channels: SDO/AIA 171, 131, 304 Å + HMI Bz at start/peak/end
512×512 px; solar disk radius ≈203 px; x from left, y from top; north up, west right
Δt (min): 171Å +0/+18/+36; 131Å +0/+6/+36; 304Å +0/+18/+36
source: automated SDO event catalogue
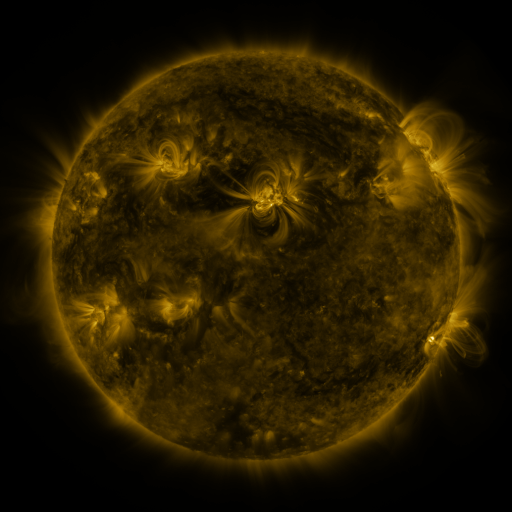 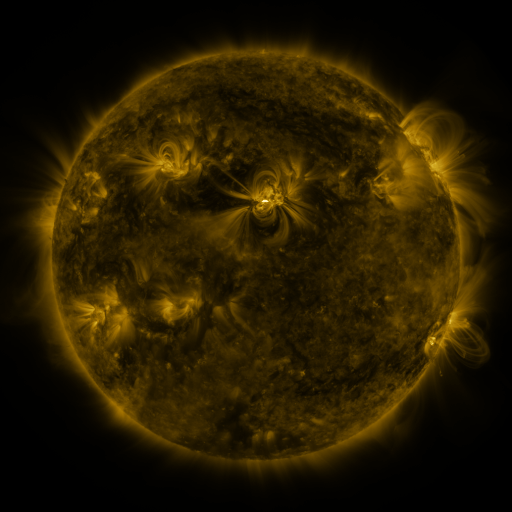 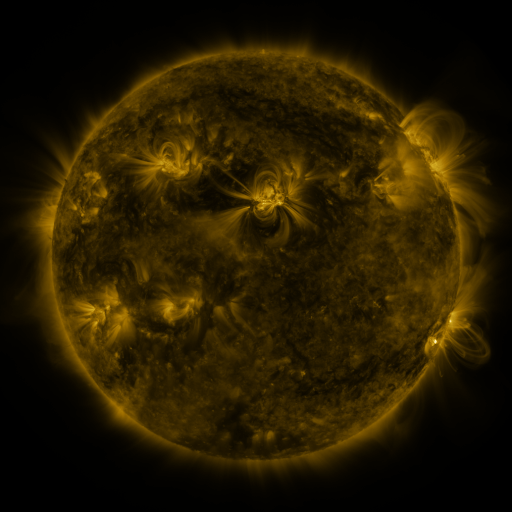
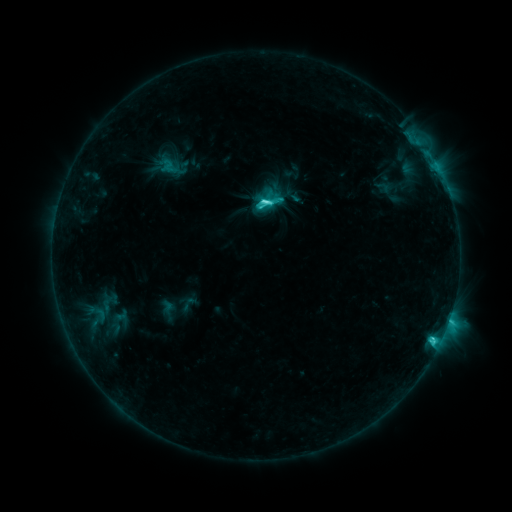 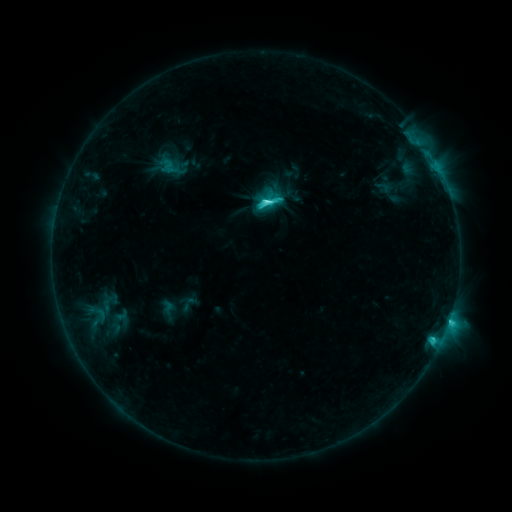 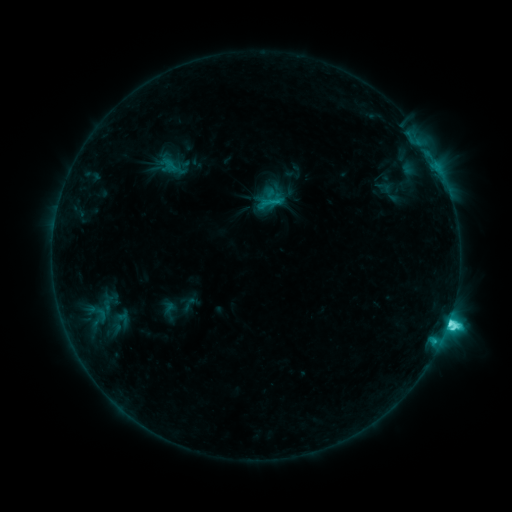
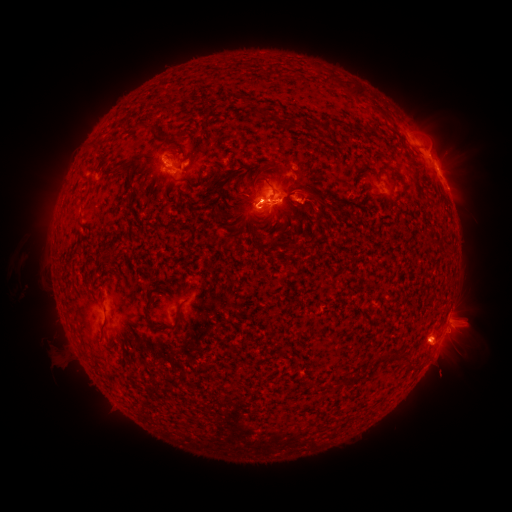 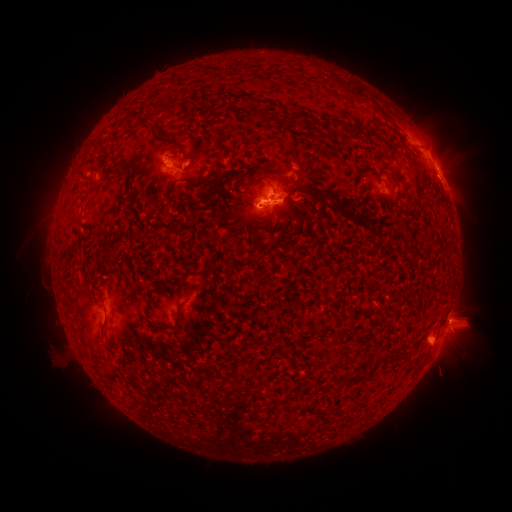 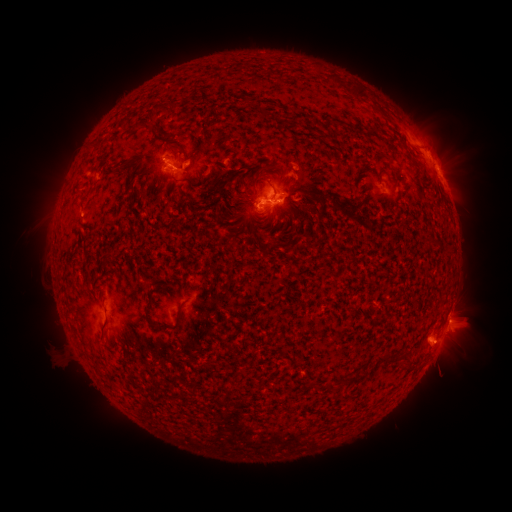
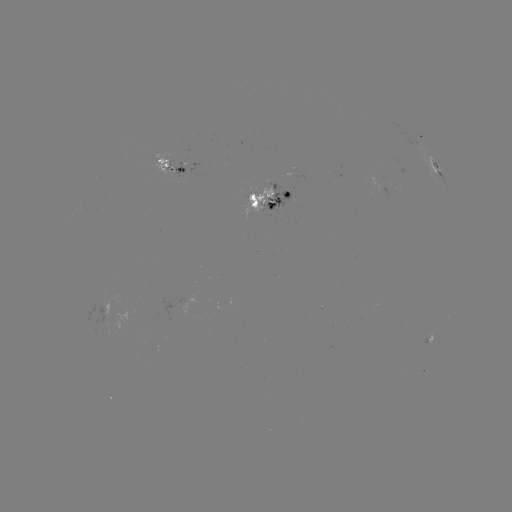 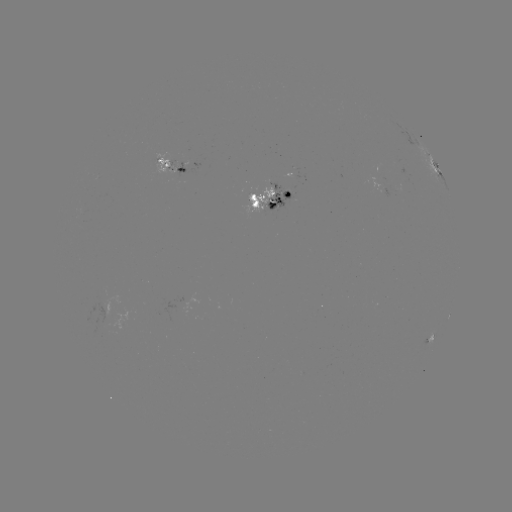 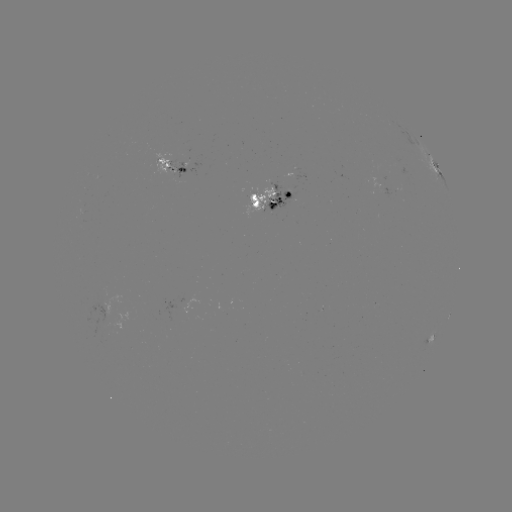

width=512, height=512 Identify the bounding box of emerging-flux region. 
[242, 187, 273, 216].